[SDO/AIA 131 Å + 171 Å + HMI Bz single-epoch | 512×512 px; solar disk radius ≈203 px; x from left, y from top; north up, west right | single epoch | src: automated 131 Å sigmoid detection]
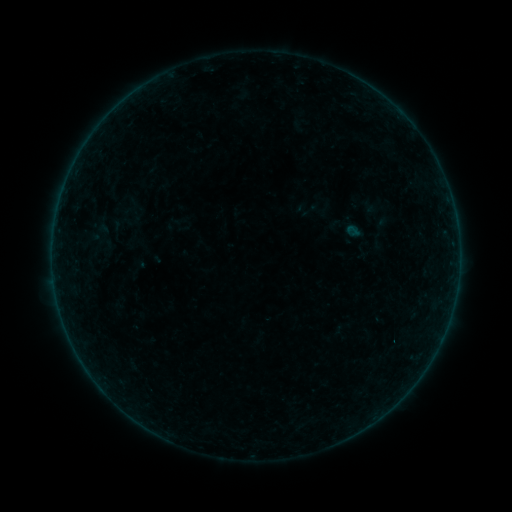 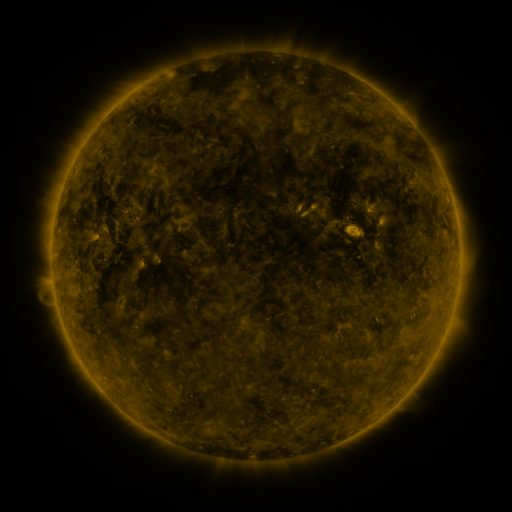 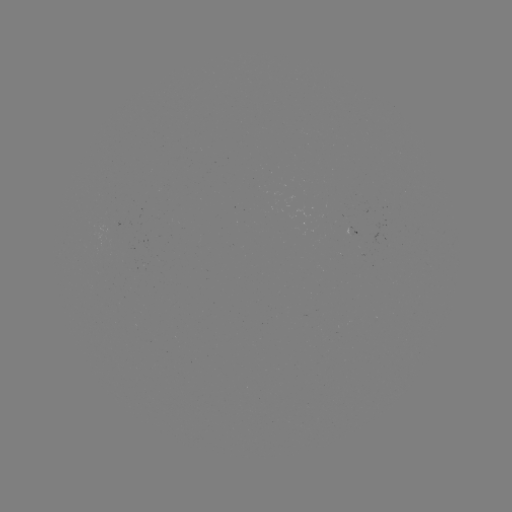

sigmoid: <bbox>299, 200, 322, 220</bbox>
